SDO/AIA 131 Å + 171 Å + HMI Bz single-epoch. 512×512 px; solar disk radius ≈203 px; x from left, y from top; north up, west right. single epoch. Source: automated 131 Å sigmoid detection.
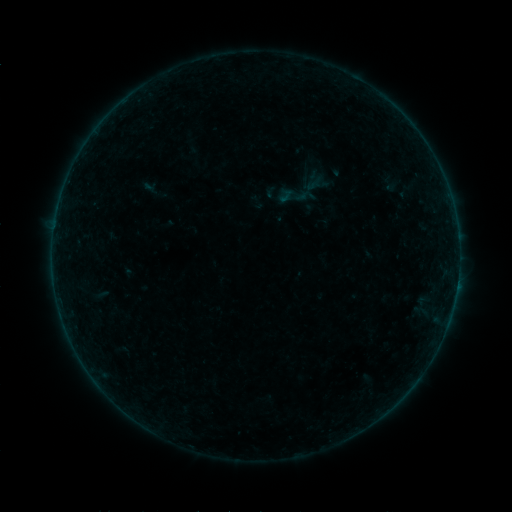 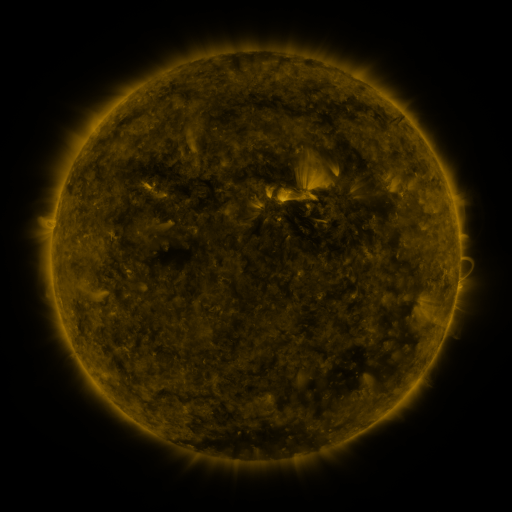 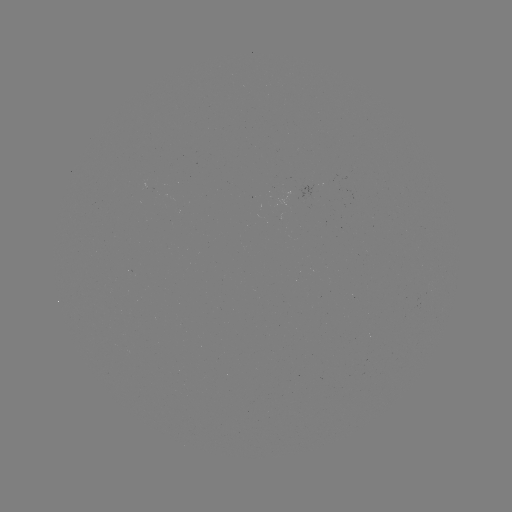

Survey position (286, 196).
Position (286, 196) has sigmoid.